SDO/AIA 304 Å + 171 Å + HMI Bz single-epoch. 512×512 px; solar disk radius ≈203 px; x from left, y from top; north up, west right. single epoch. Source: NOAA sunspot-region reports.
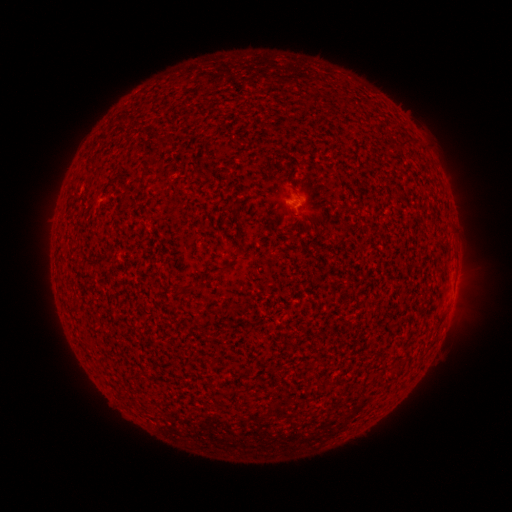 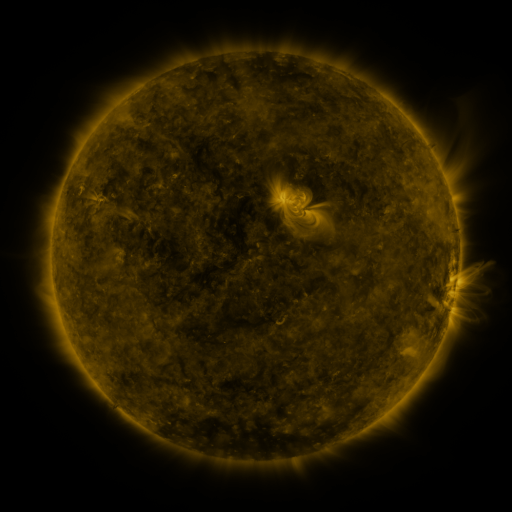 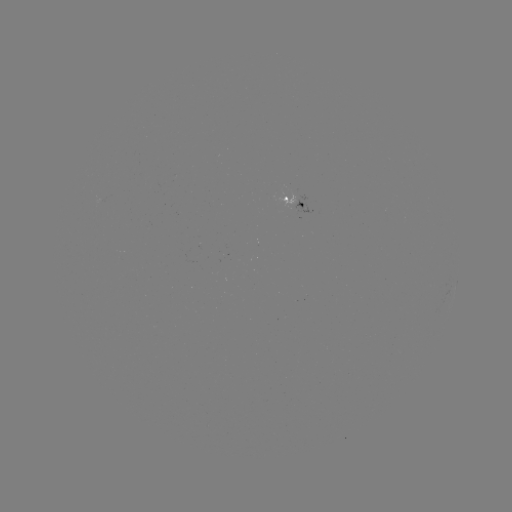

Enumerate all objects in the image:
spotted active region: (297, 200)
